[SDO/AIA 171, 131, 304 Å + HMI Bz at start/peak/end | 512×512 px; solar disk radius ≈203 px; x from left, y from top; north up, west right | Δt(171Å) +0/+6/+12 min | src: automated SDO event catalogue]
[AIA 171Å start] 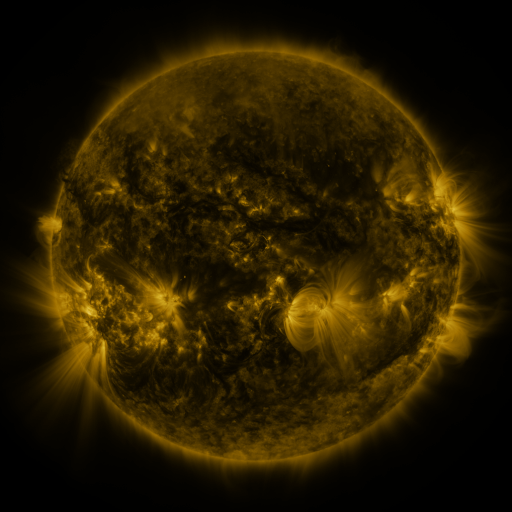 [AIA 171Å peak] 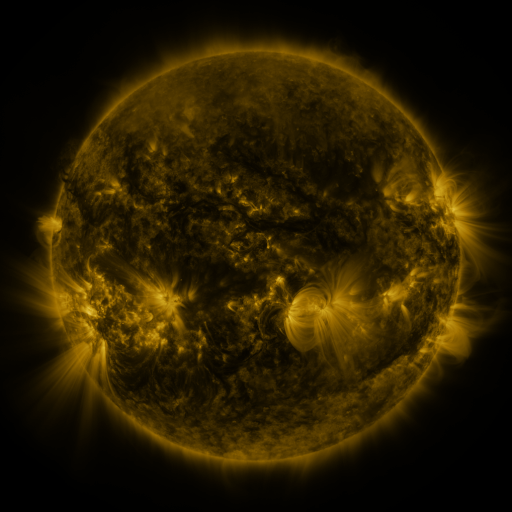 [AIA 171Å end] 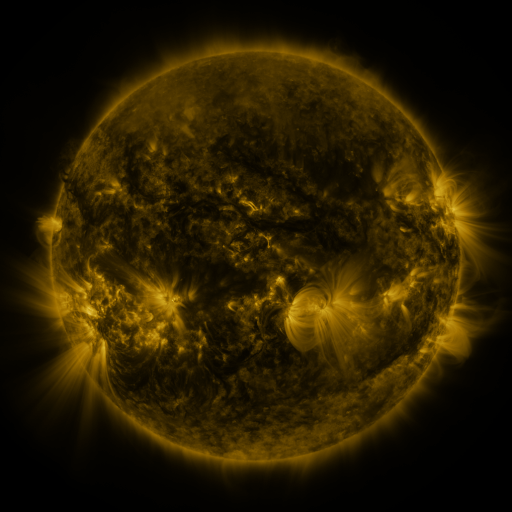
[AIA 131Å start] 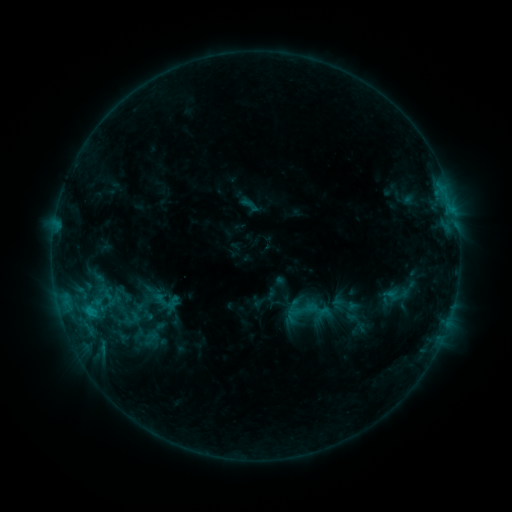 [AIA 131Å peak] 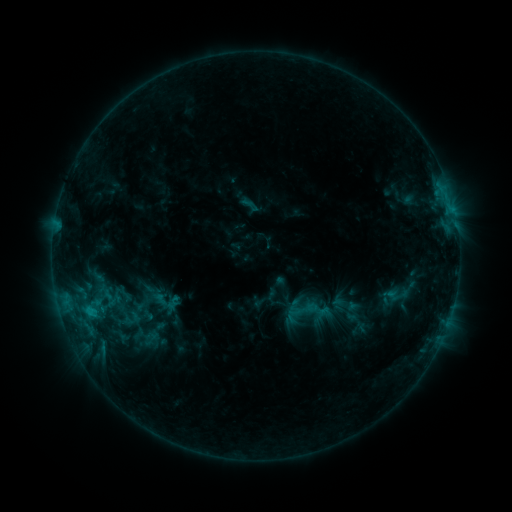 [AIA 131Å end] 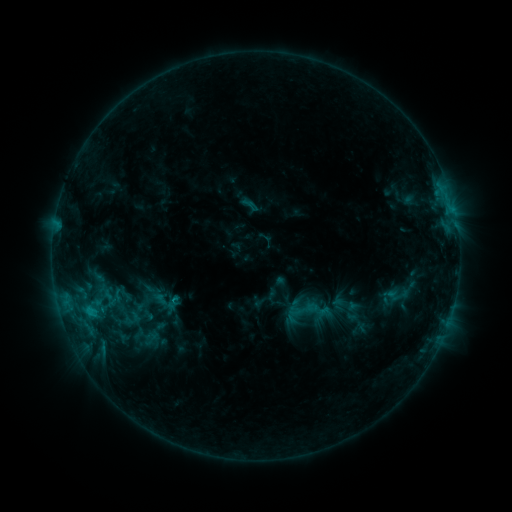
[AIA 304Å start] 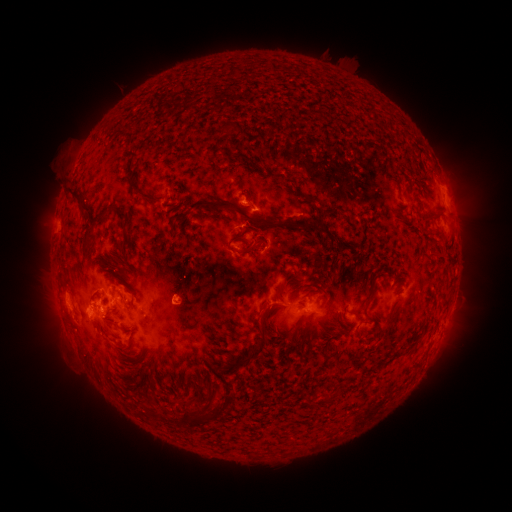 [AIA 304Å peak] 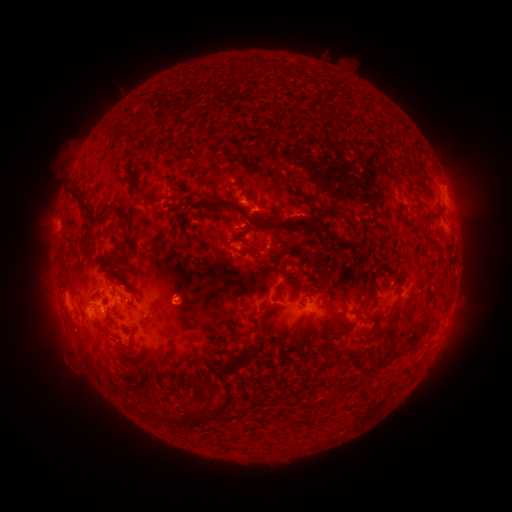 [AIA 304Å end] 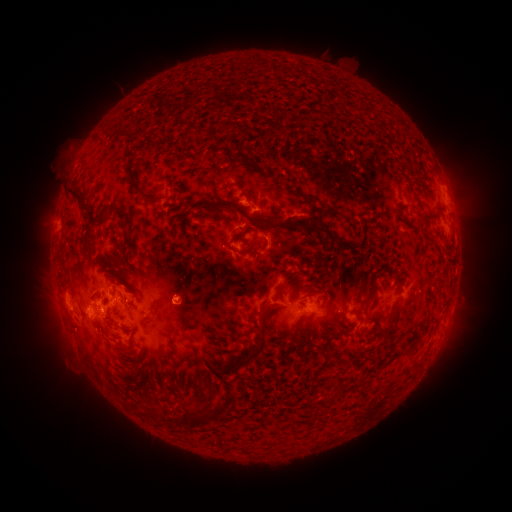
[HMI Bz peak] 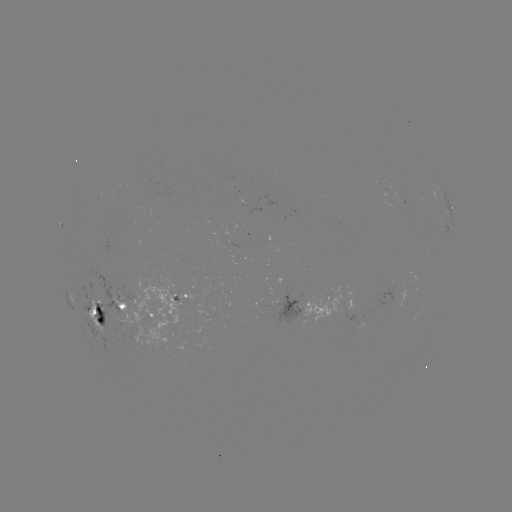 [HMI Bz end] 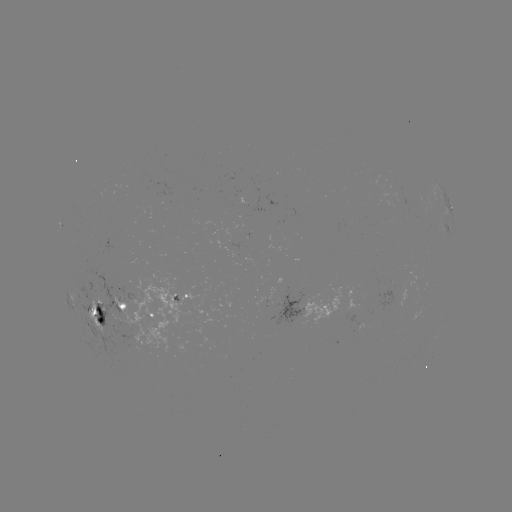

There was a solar eruption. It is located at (266, 237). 